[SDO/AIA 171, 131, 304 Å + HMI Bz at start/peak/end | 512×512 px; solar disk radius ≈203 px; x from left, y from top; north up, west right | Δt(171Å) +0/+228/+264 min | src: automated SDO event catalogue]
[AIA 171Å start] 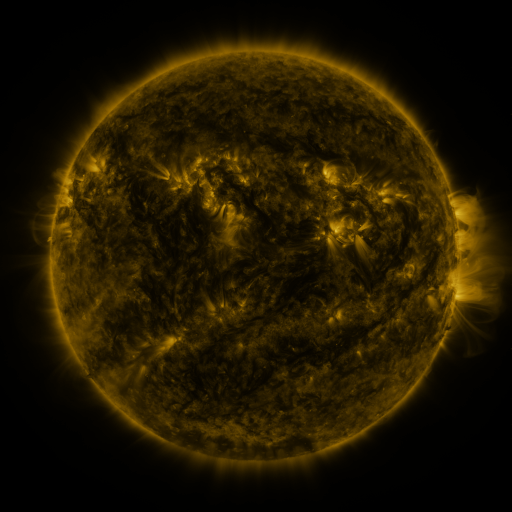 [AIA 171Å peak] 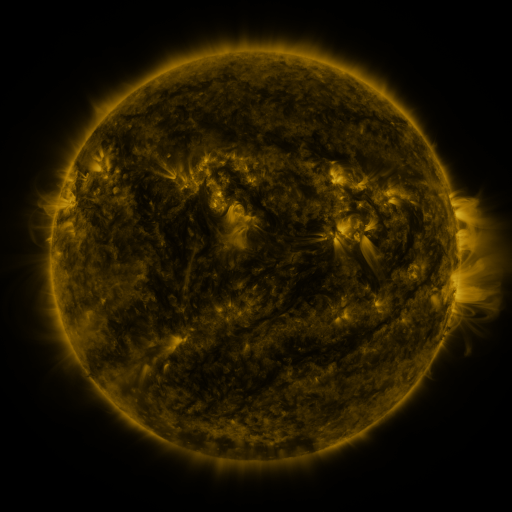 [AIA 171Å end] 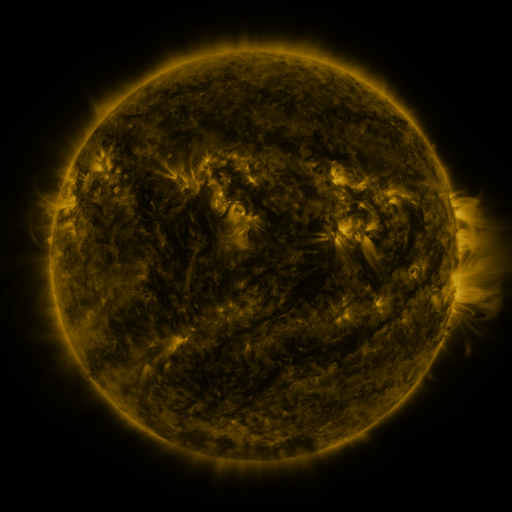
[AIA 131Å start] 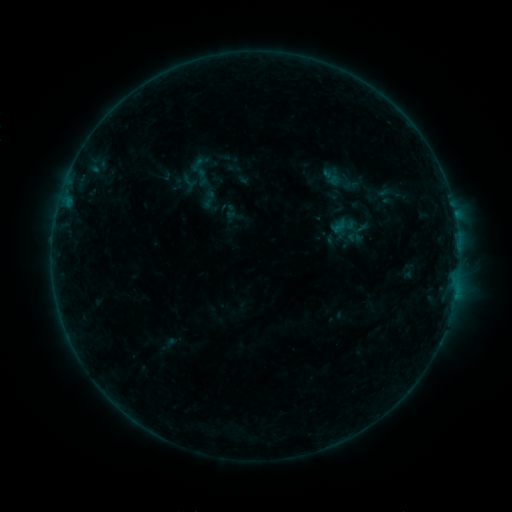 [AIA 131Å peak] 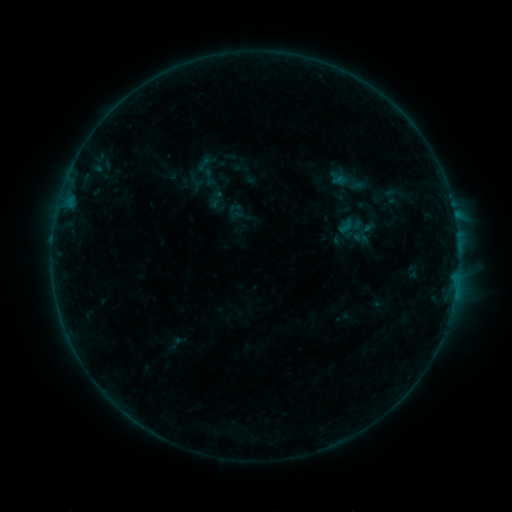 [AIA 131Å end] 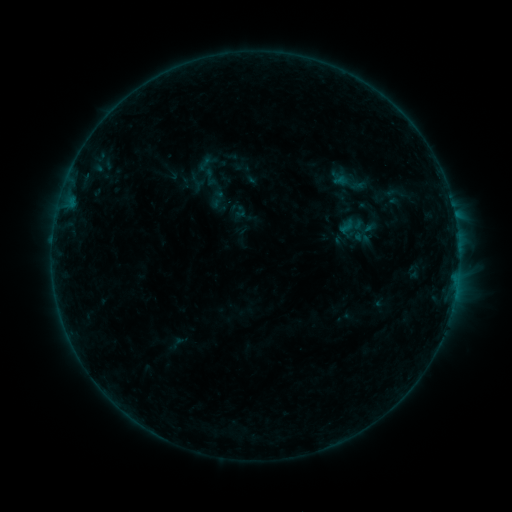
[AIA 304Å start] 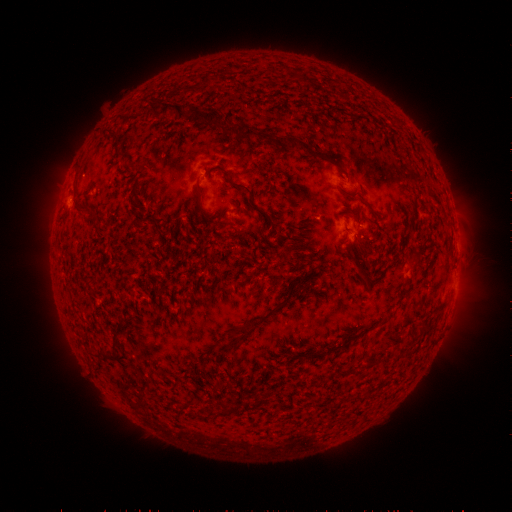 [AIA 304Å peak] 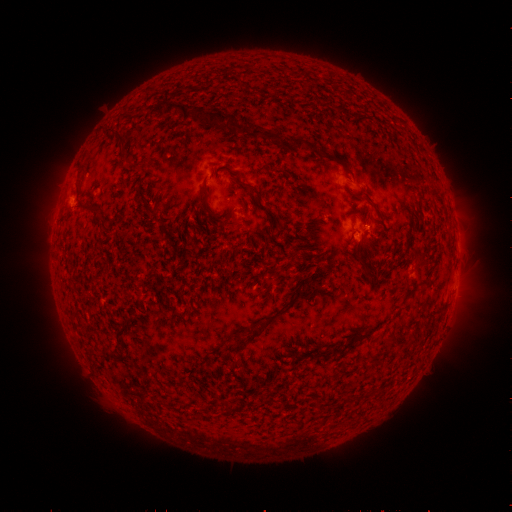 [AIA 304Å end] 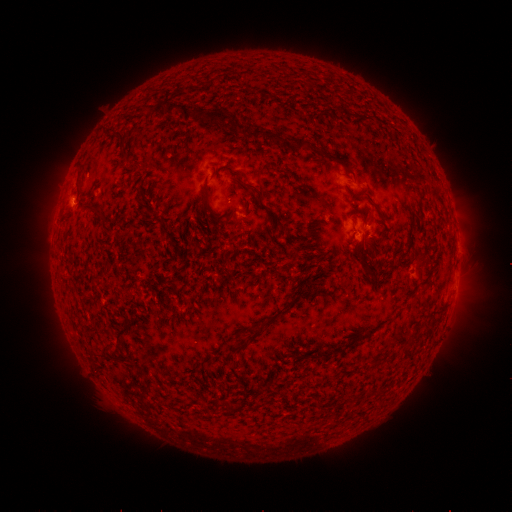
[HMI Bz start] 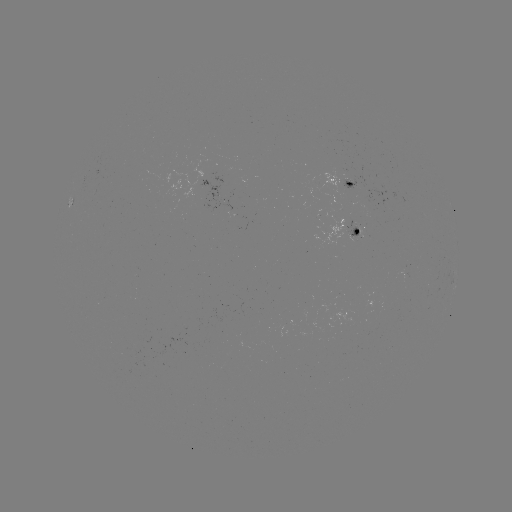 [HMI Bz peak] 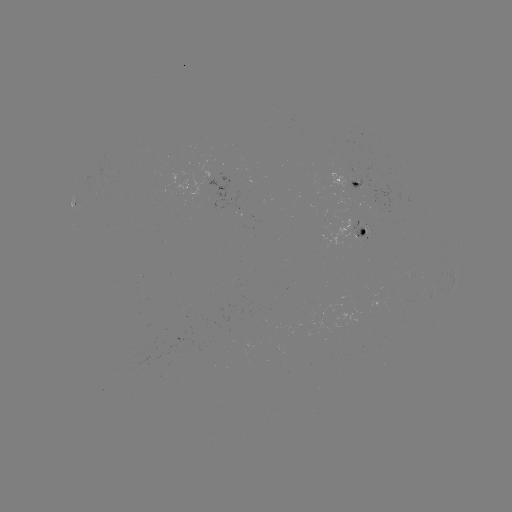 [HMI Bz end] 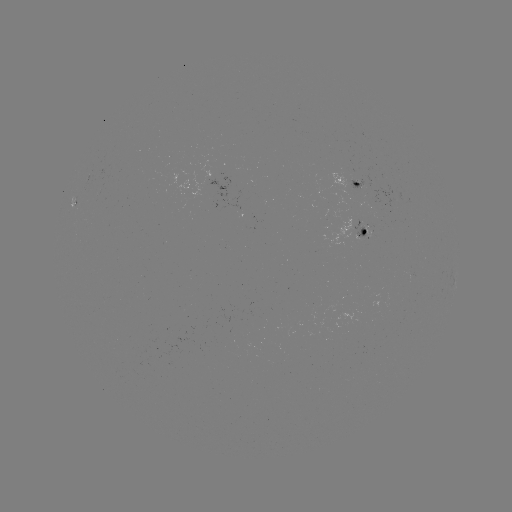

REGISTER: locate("emerging-flux region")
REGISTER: [362, 239]